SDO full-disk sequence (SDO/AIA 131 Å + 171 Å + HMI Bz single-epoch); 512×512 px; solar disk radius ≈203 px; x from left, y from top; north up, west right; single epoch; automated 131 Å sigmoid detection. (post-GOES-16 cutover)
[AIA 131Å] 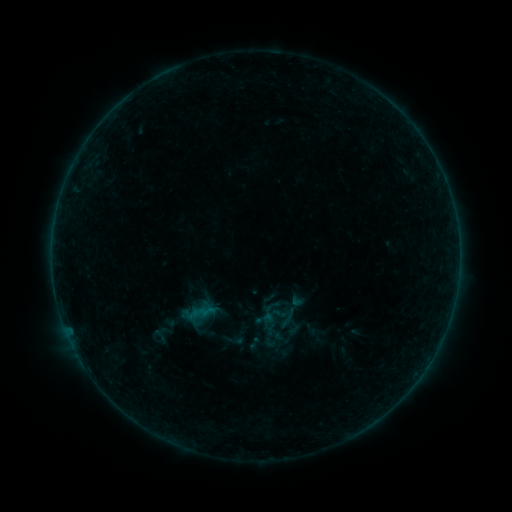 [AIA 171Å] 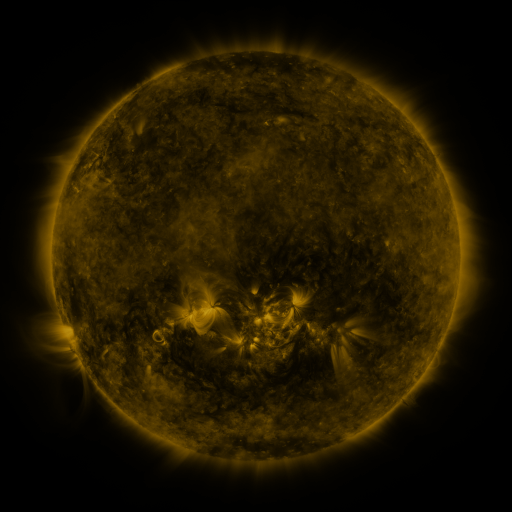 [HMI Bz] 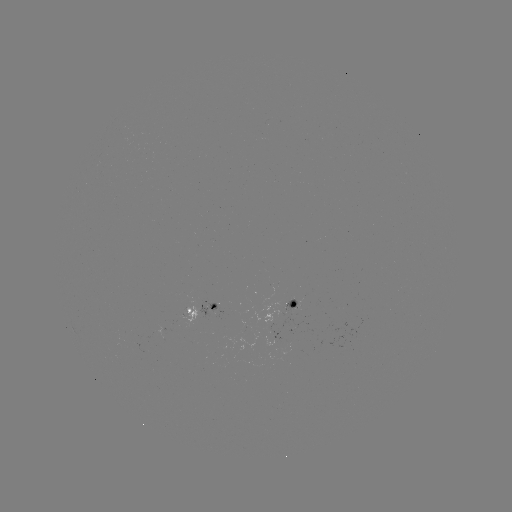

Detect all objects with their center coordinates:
sigmoid: <bbox>289, 291, 305, 308</bbox>
sigmoid: <bbox>226, 332, 245, 349</bbox>
